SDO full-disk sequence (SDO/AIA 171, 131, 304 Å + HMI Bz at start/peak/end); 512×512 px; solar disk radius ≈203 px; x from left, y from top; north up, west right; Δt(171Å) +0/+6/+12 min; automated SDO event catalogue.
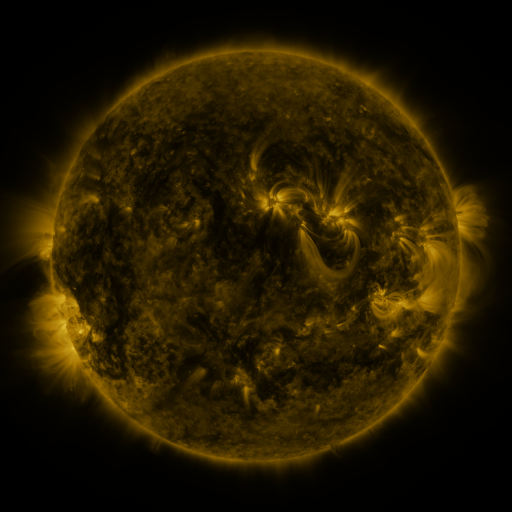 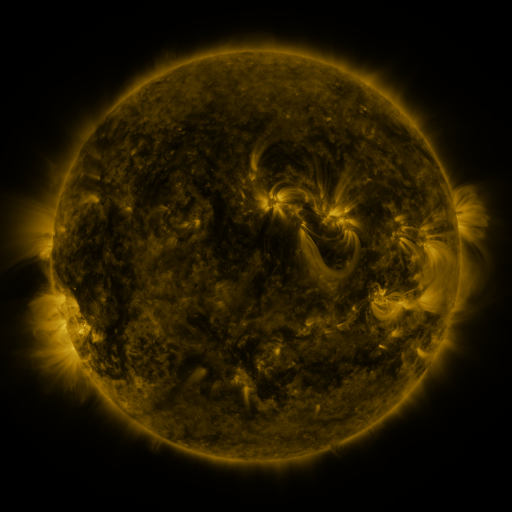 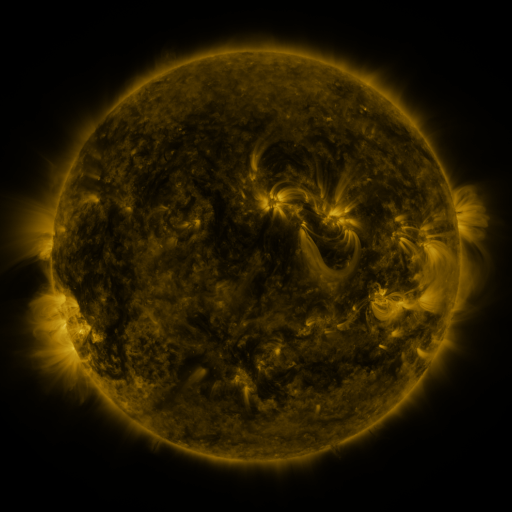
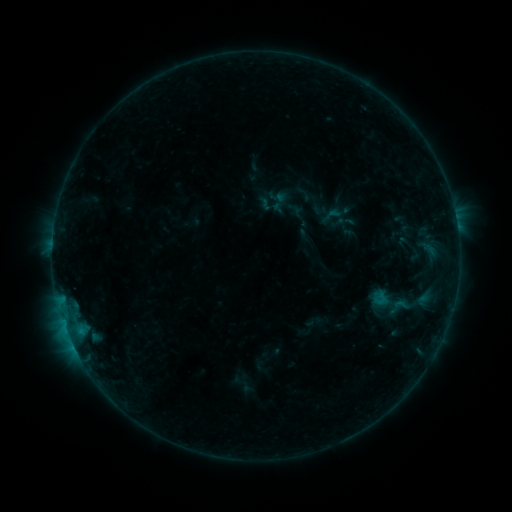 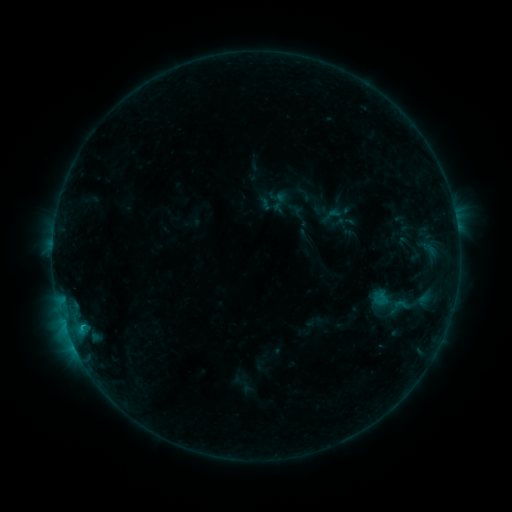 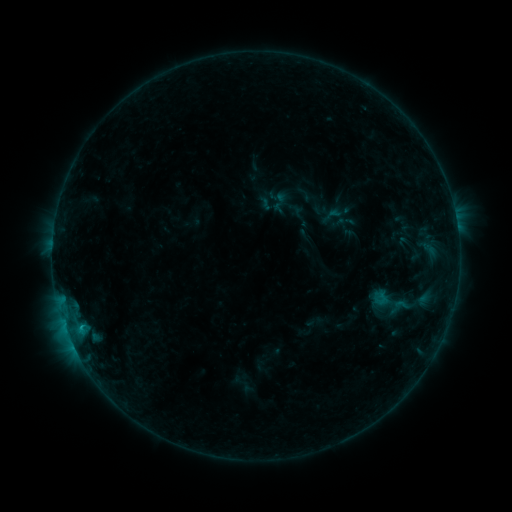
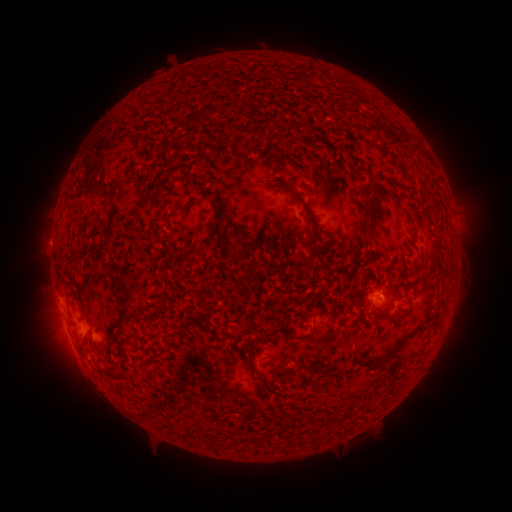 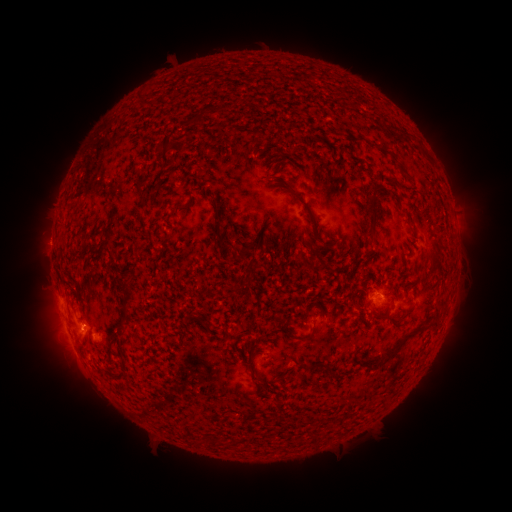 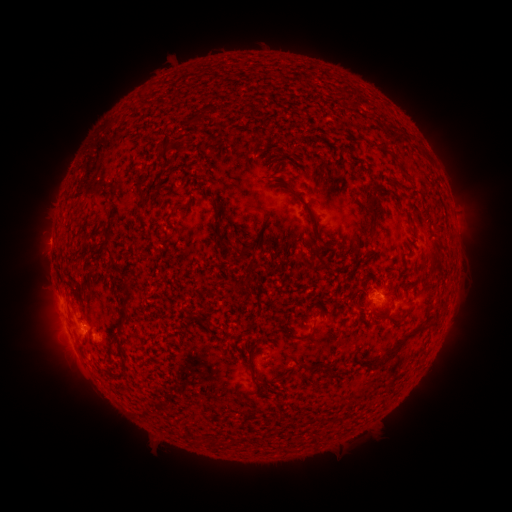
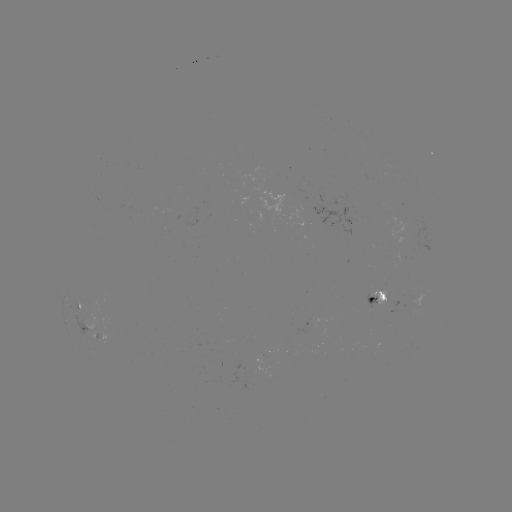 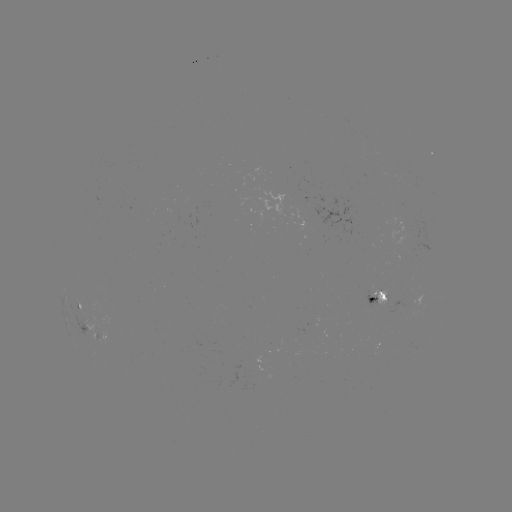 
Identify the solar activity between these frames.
B6.1 flare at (84, 327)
